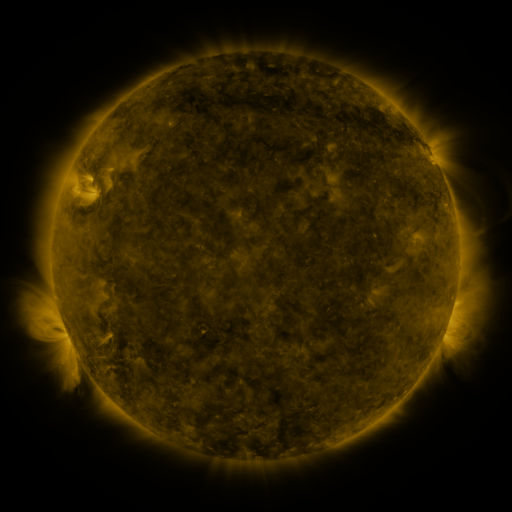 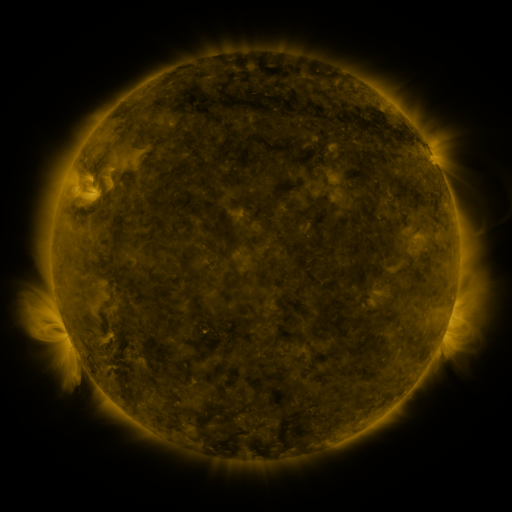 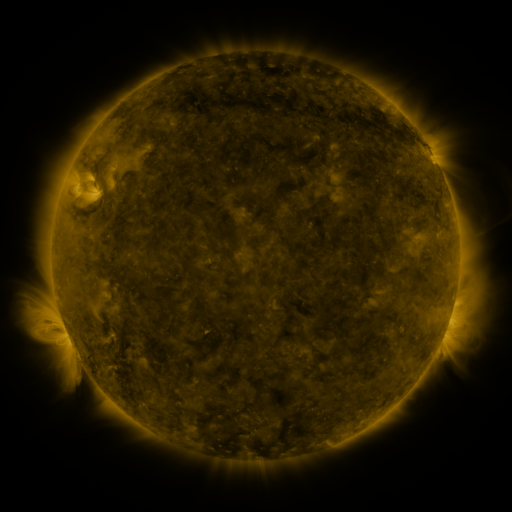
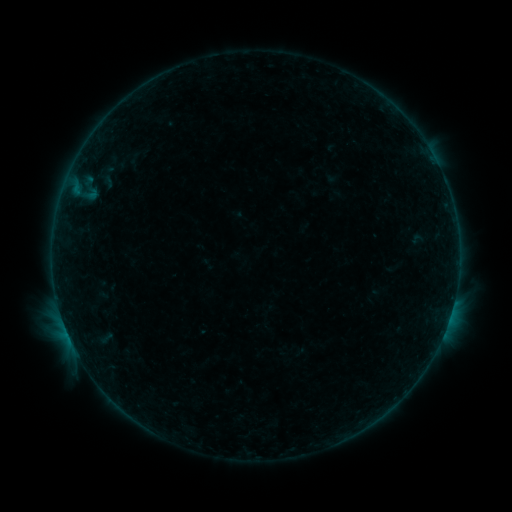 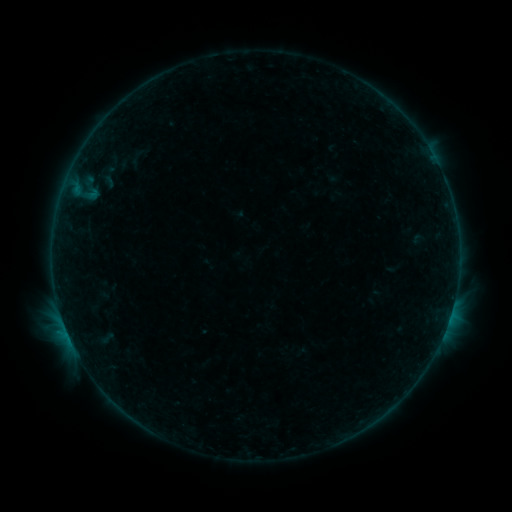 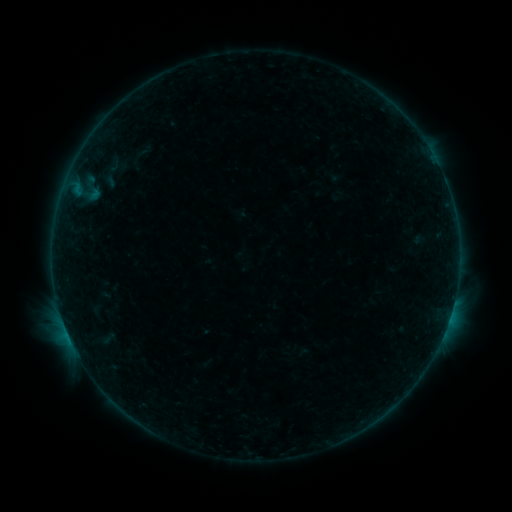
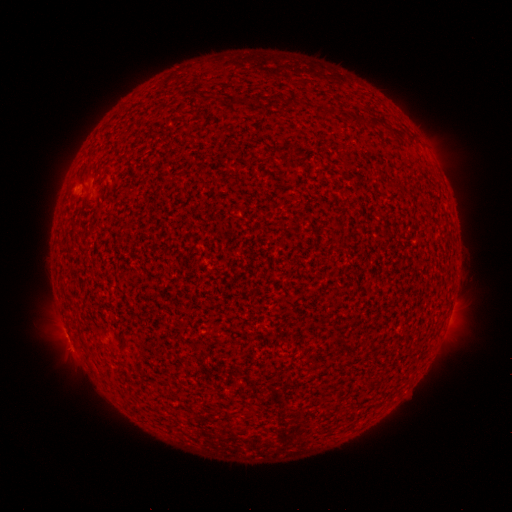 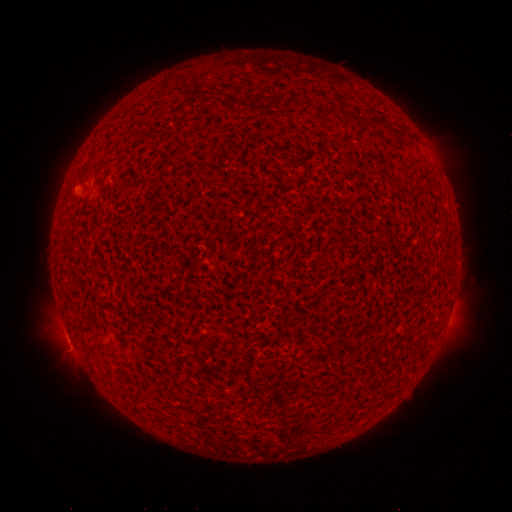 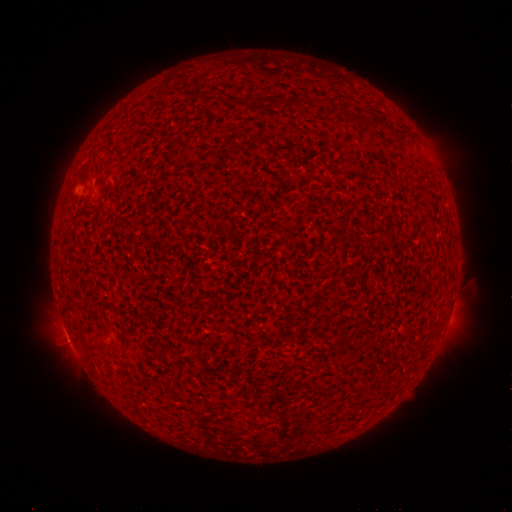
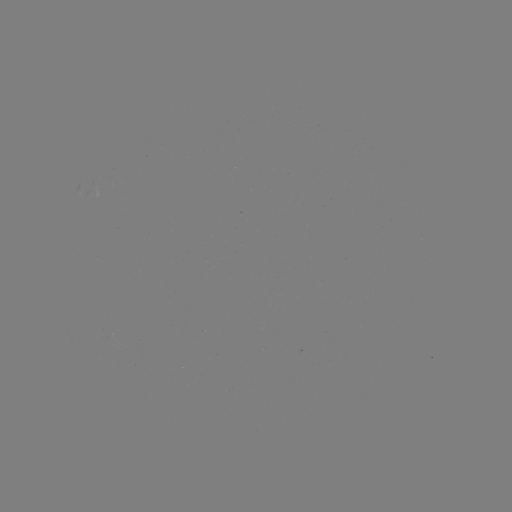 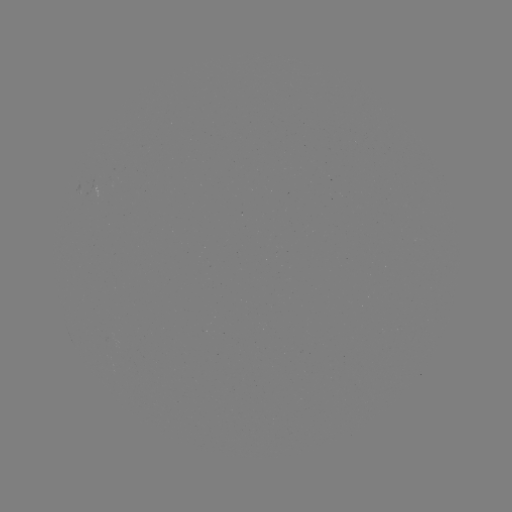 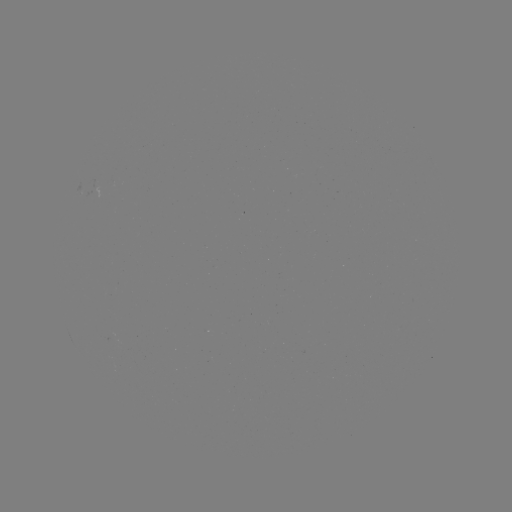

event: flare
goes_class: B3.9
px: (65, 325)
